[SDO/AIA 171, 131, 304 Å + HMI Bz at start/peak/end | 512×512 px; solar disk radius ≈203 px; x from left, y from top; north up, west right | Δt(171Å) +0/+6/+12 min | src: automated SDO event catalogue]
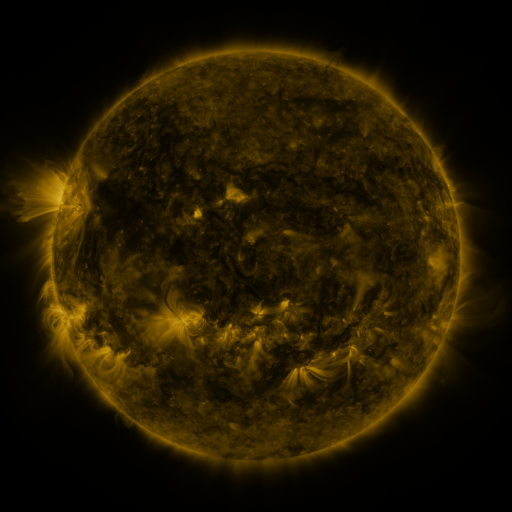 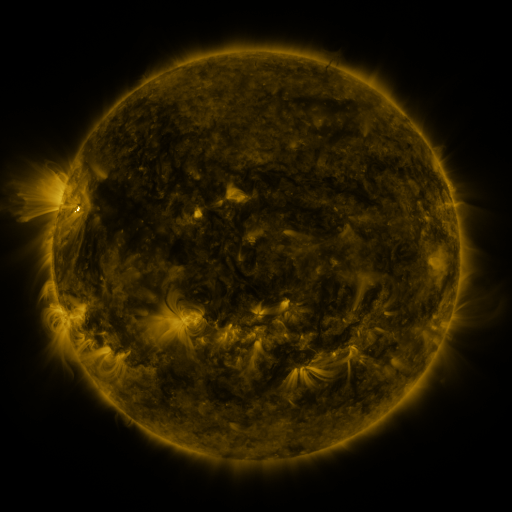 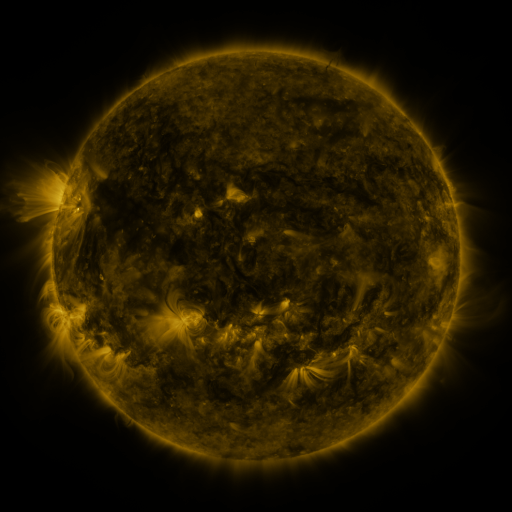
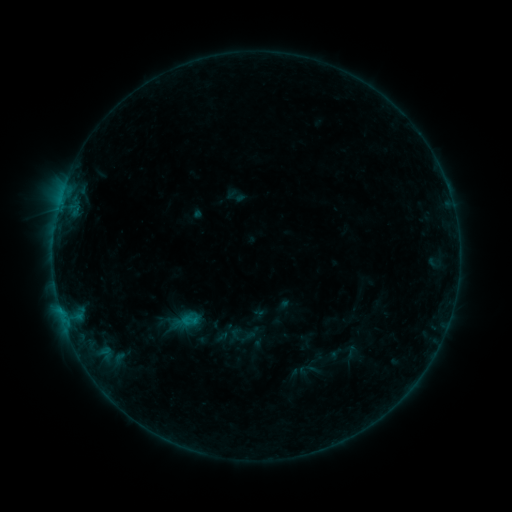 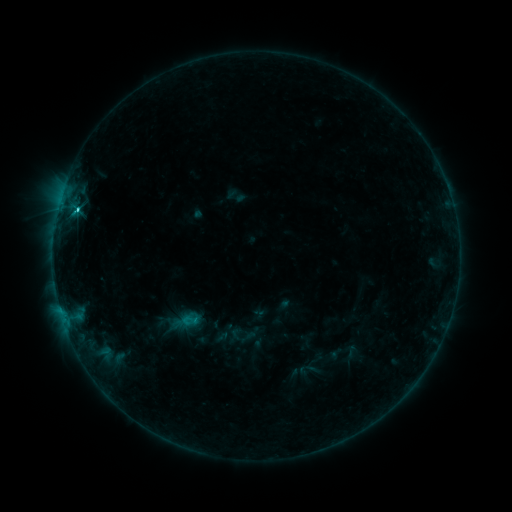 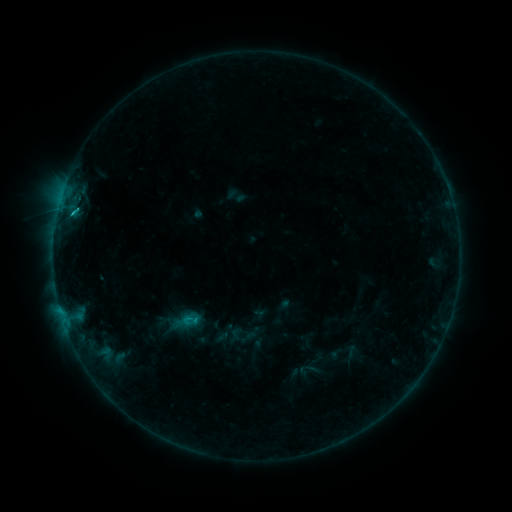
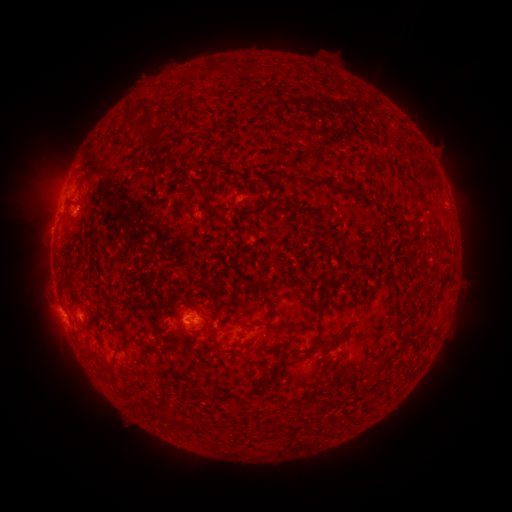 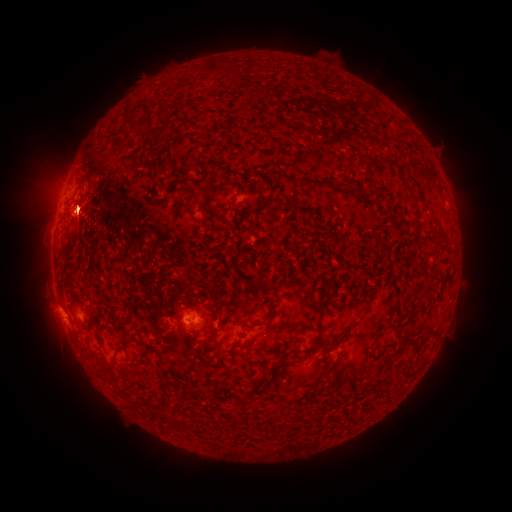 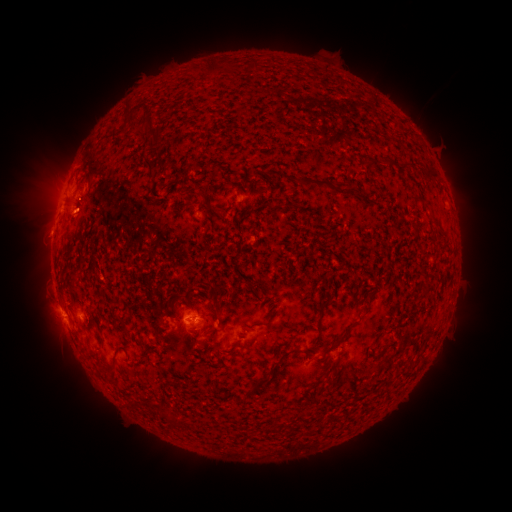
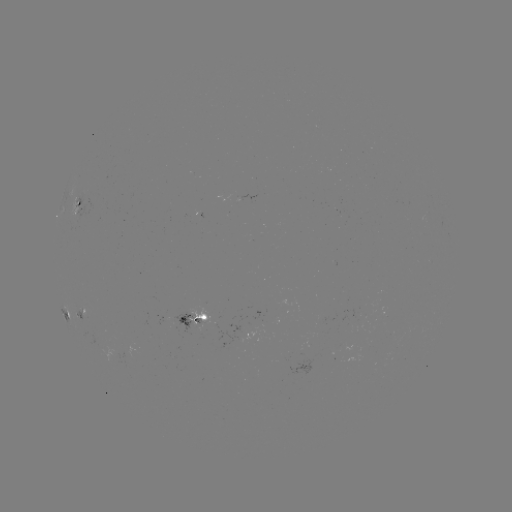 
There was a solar flare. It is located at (78, 210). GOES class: C3.4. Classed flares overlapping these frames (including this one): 1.